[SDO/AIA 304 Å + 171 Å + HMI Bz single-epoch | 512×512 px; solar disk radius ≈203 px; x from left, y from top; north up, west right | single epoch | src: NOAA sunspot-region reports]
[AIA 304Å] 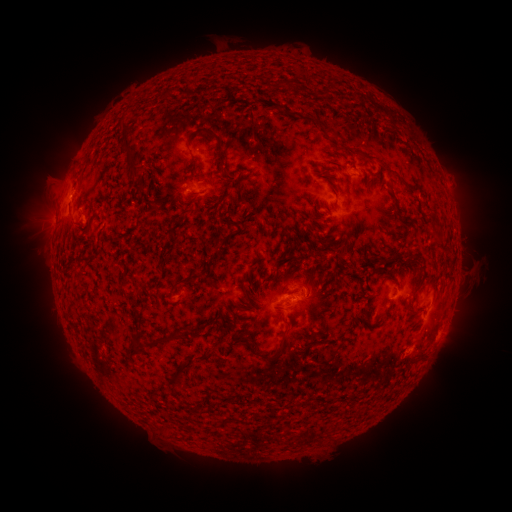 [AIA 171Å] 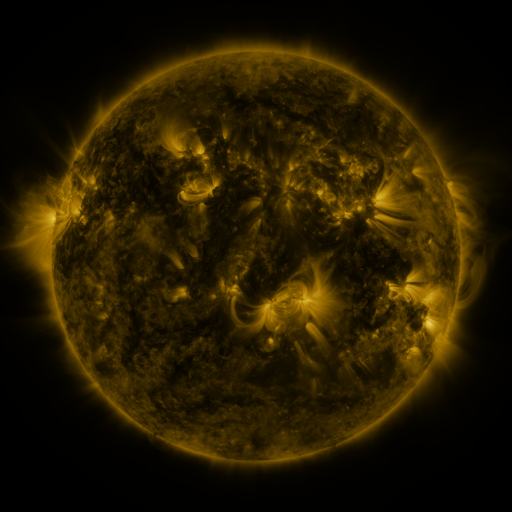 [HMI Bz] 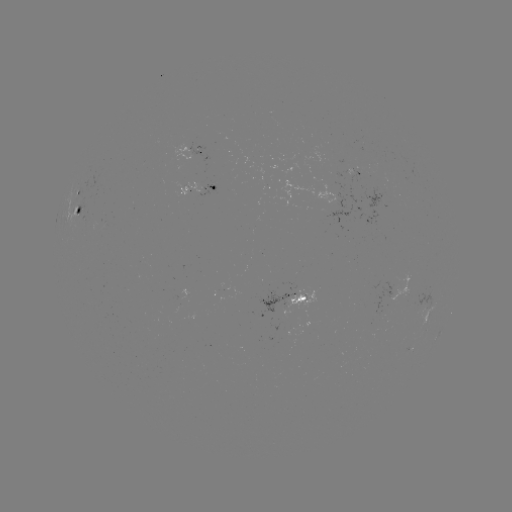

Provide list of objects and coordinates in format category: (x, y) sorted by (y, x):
spotted active region: (201, 151)
spotted active region: (352, 172)
spotted active region: (201, 186)
spotted active region: (76, 193)
spotted active region: (81, 211)
spotted active region: (292, 298)
